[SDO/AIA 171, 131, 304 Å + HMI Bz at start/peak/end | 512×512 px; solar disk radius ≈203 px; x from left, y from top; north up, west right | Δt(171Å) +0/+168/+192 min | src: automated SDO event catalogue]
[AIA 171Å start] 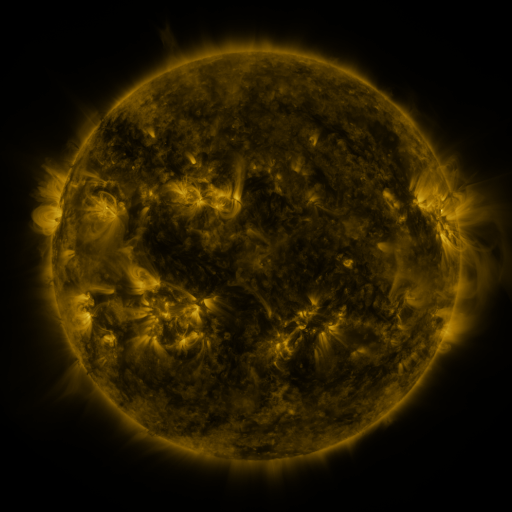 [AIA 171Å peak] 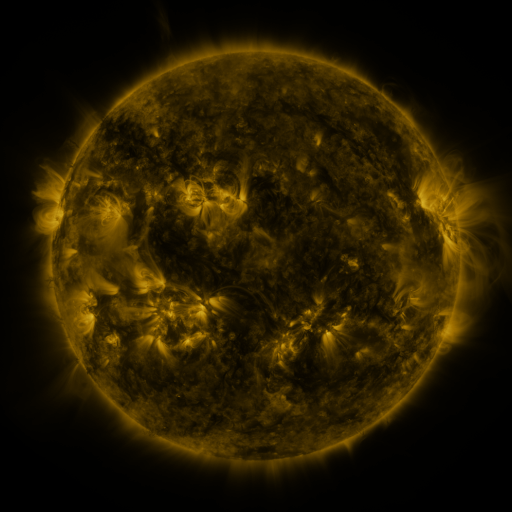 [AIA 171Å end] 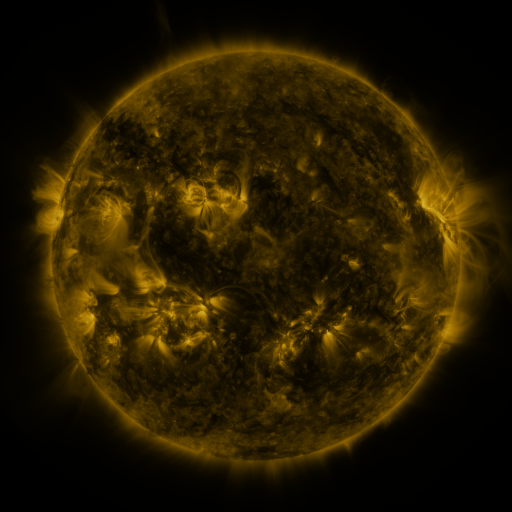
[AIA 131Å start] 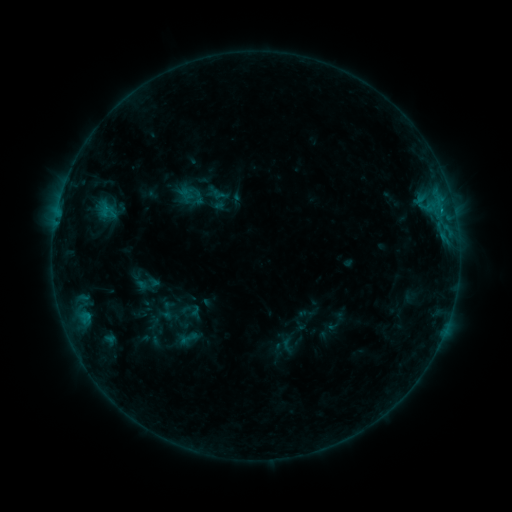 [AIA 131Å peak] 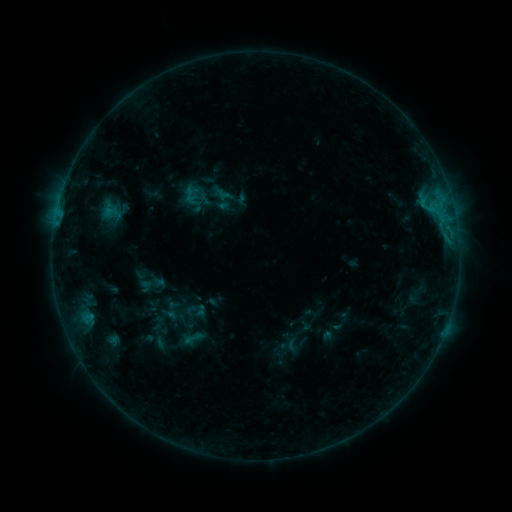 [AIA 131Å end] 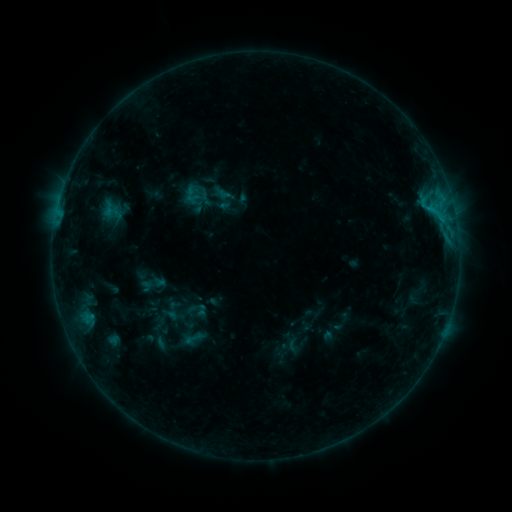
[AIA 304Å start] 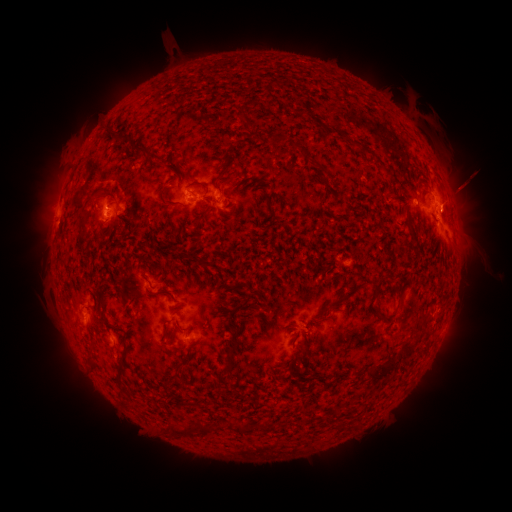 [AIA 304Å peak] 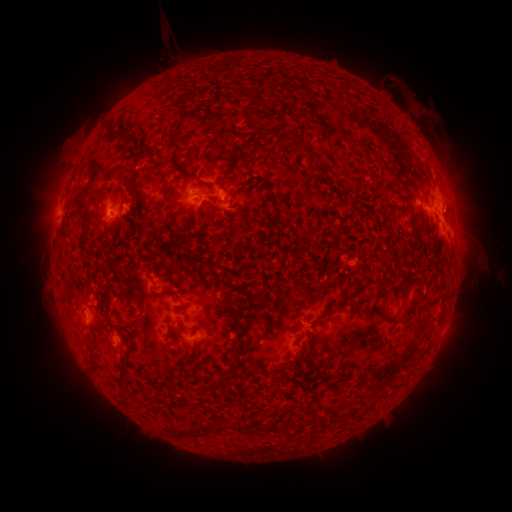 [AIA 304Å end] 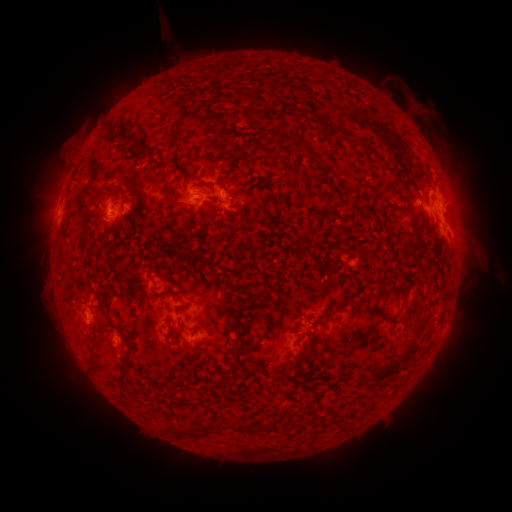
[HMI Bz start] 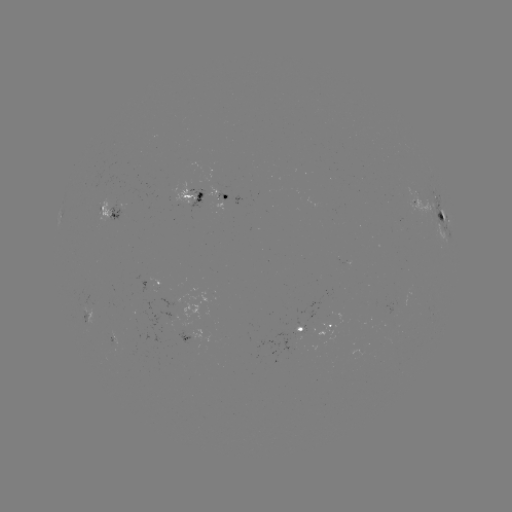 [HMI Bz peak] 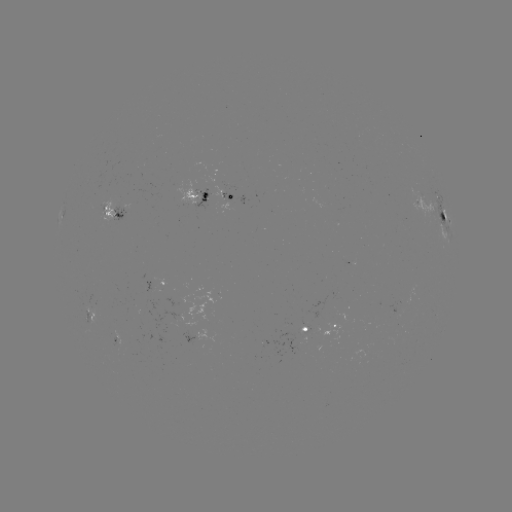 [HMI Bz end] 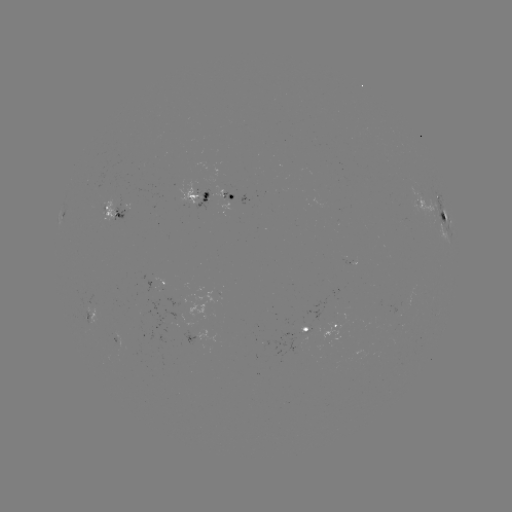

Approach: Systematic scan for emerging-flux region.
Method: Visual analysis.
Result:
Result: emerging-flux region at [222, 189].